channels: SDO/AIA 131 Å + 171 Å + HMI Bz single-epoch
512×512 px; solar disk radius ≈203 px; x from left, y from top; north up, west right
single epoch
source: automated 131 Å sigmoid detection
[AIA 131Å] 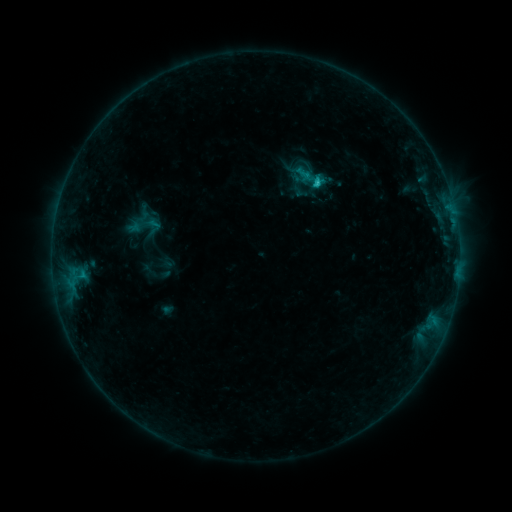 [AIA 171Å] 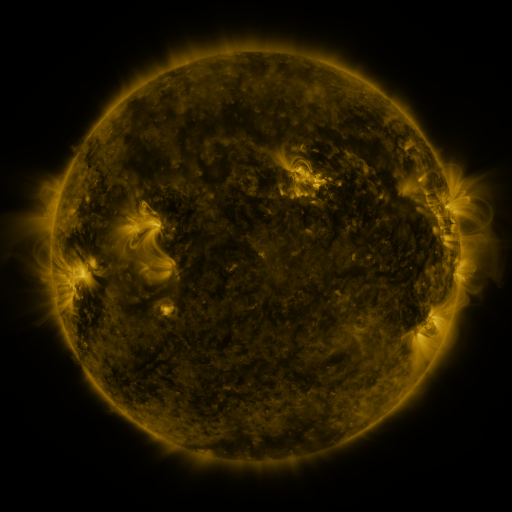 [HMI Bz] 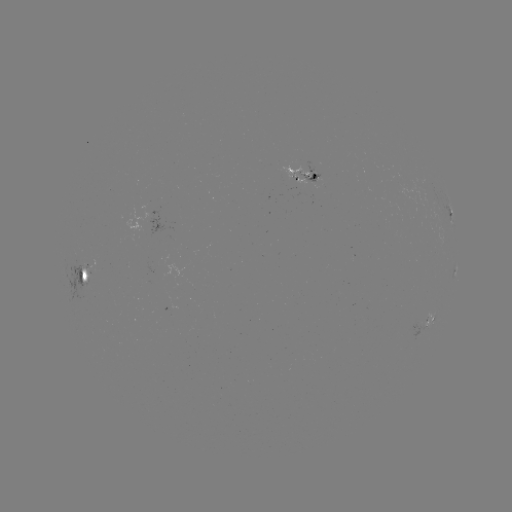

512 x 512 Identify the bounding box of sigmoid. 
[293, 165, 315, 183].